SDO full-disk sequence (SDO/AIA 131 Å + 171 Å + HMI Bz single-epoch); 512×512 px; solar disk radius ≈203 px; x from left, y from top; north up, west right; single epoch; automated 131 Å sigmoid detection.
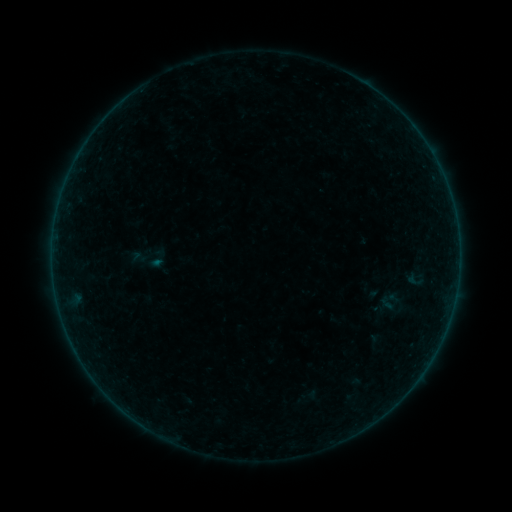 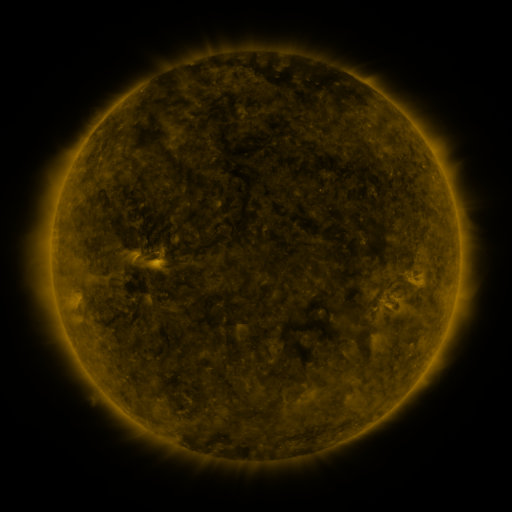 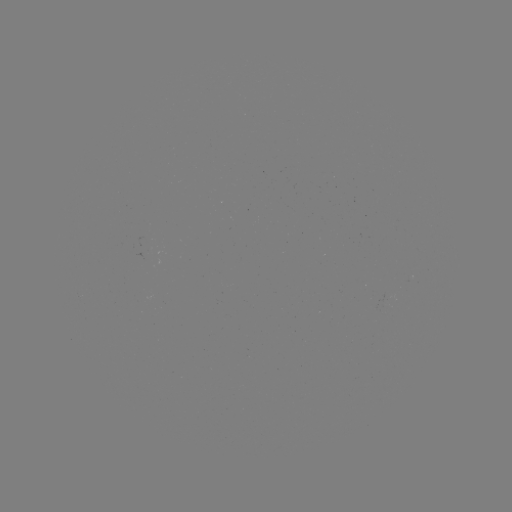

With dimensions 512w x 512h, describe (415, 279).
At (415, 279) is sigmoid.